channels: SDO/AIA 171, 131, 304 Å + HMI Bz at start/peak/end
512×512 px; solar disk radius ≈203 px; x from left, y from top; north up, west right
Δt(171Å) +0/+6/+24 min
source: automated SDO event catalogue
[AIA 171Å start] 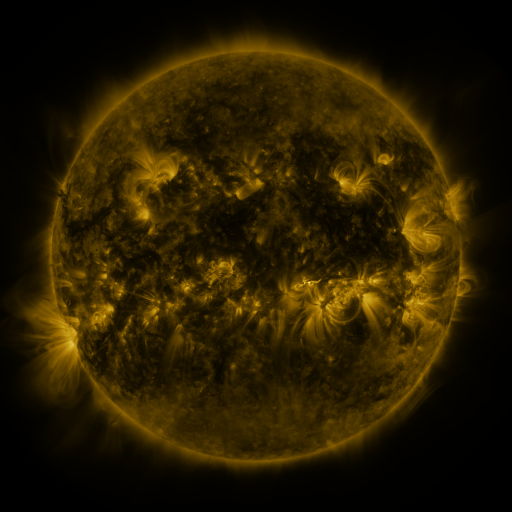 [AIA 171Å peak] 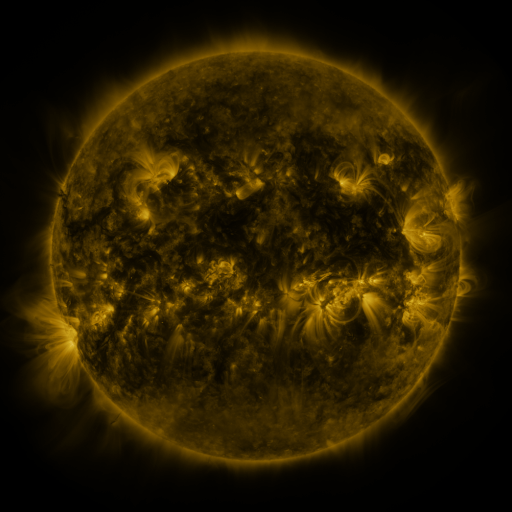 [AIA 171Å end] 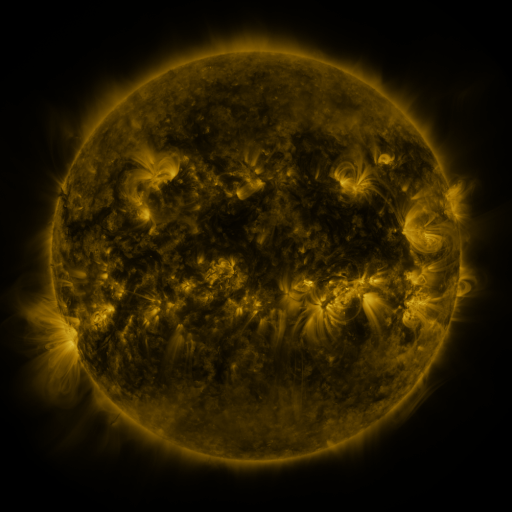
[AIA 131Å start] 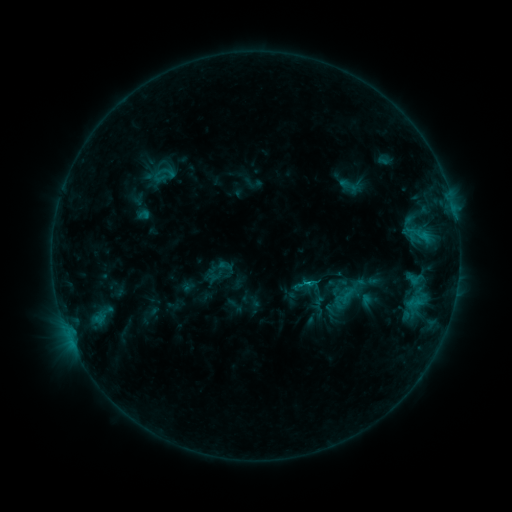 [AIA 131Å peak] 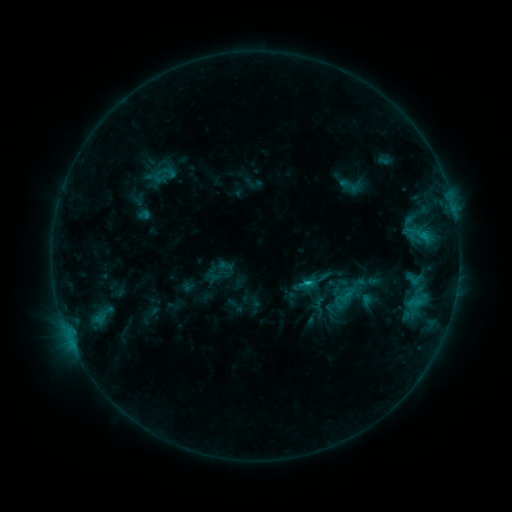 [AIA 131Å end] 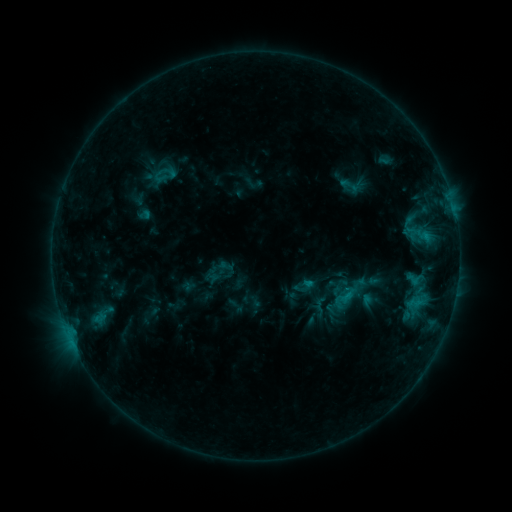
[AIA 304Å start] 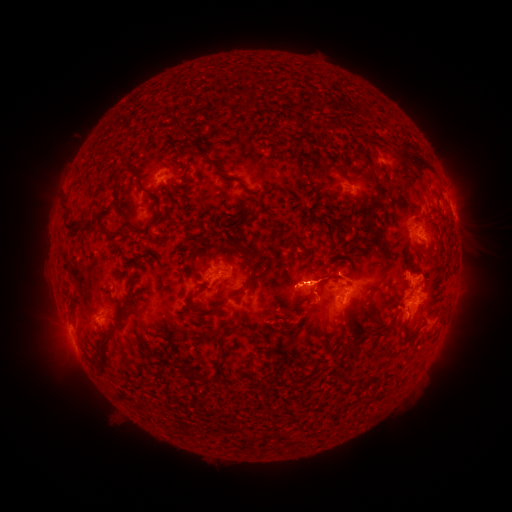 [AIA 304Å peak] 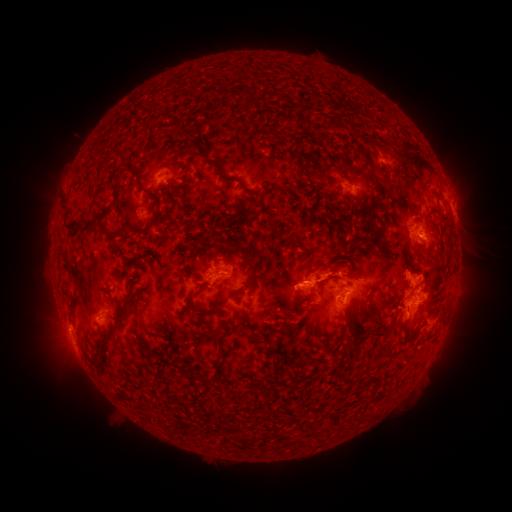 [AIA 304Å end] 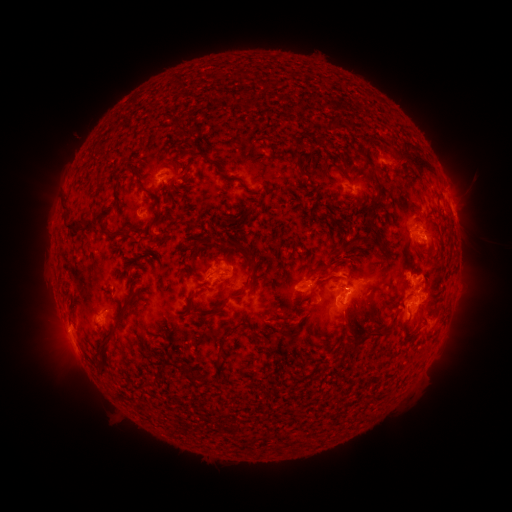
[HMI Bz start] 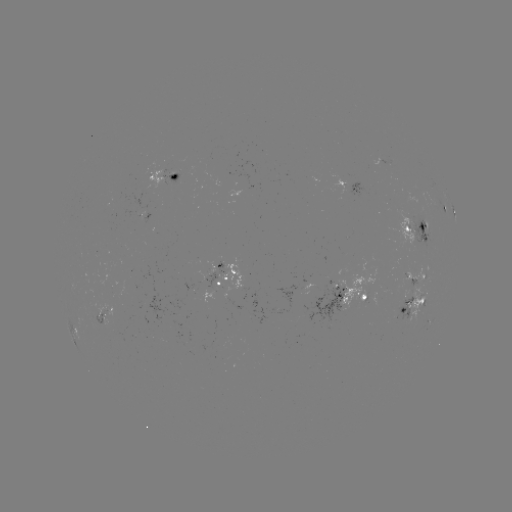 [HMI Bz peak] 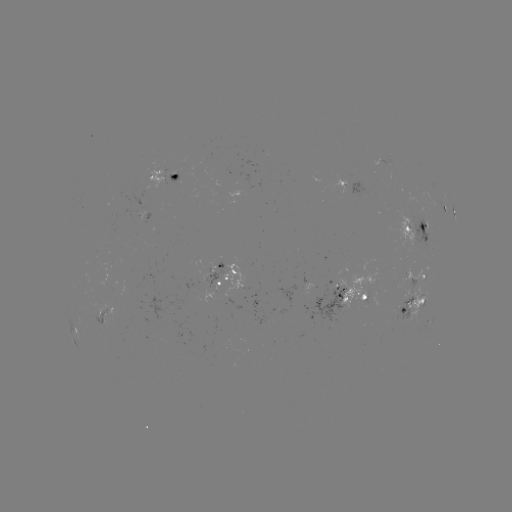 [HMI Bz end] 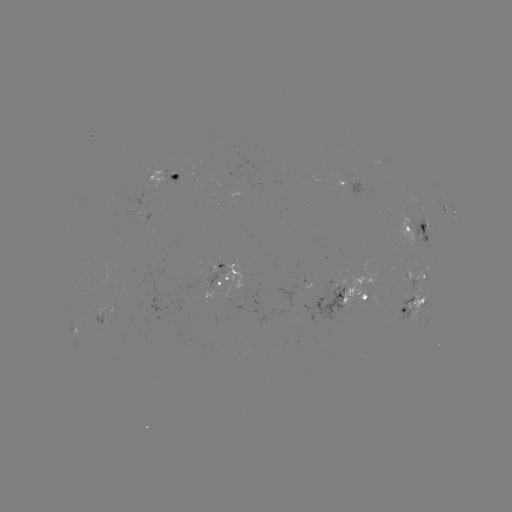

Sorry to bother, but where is C1.6 flare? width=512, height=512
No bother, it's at (307, 280).